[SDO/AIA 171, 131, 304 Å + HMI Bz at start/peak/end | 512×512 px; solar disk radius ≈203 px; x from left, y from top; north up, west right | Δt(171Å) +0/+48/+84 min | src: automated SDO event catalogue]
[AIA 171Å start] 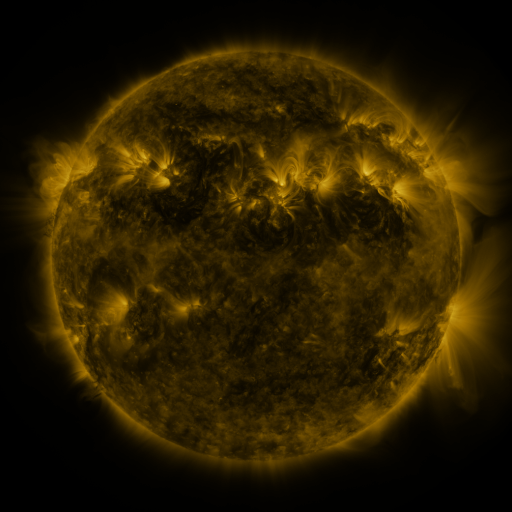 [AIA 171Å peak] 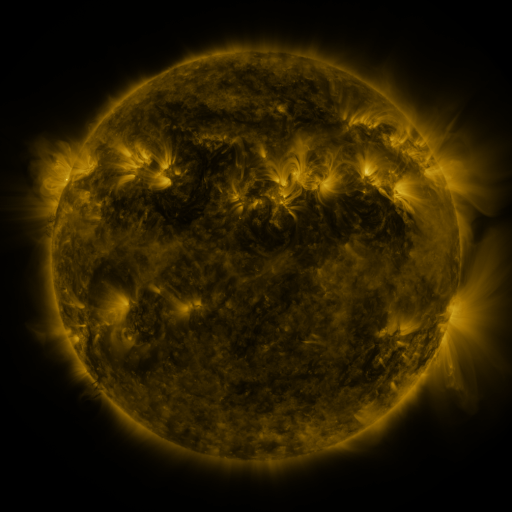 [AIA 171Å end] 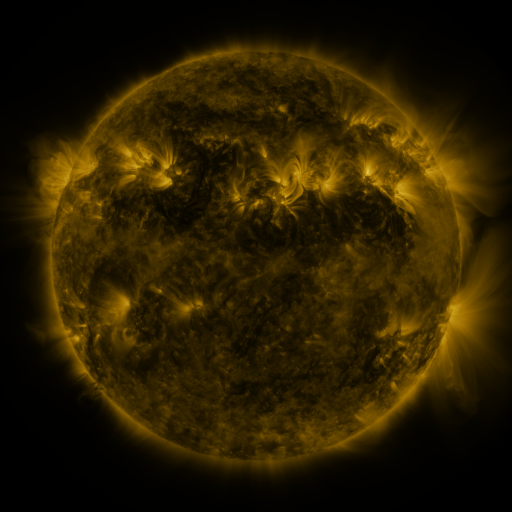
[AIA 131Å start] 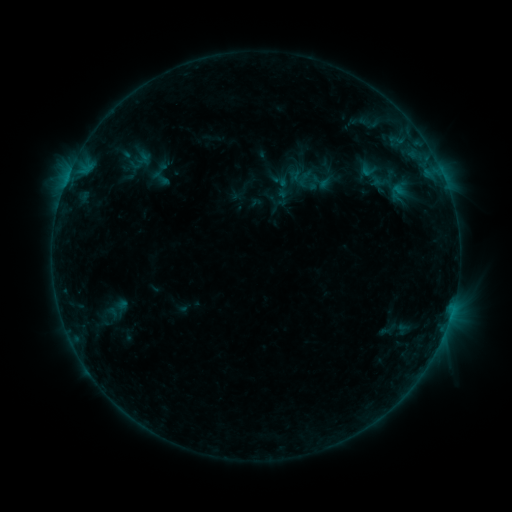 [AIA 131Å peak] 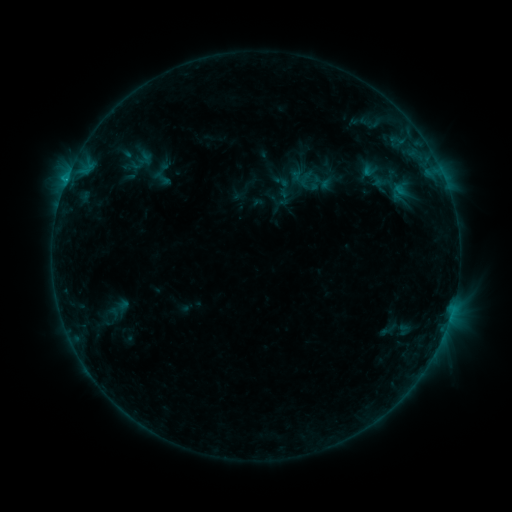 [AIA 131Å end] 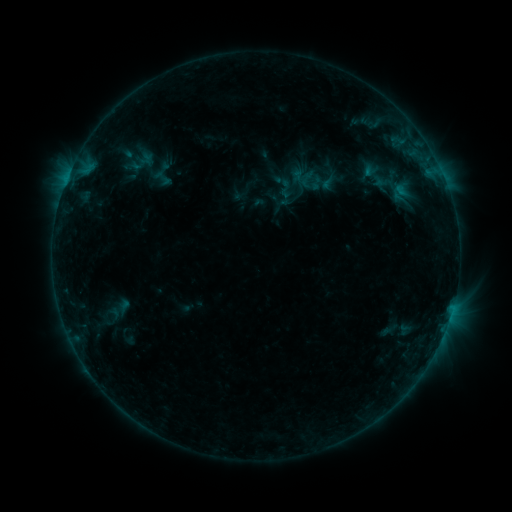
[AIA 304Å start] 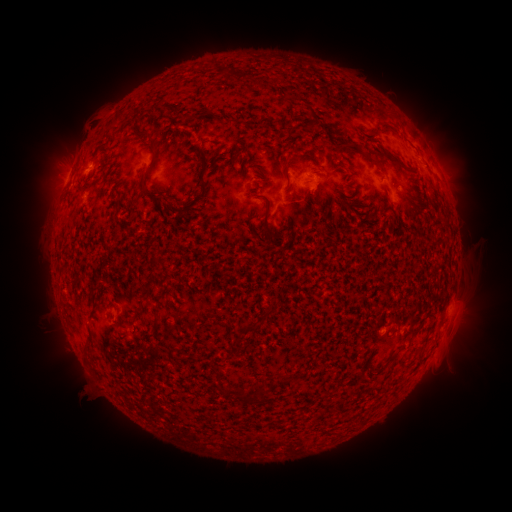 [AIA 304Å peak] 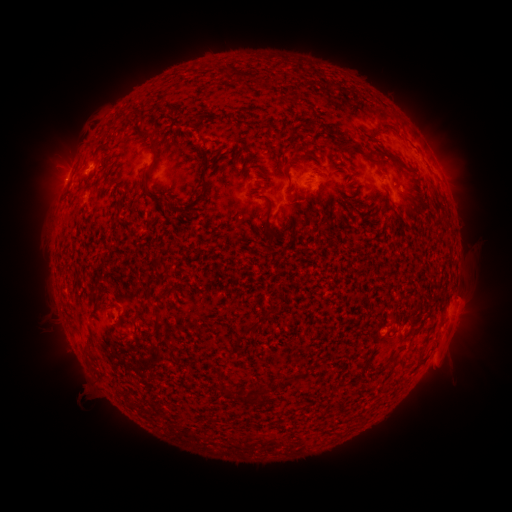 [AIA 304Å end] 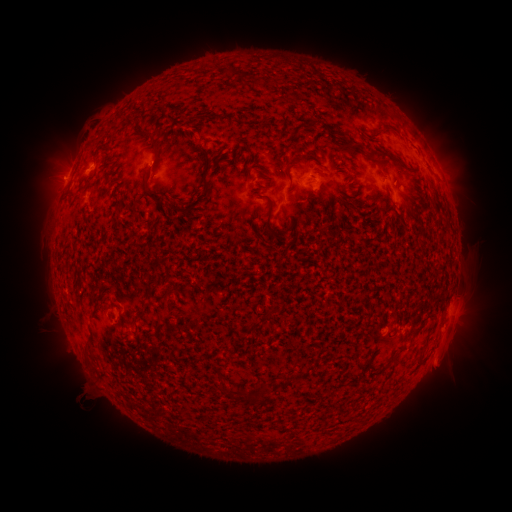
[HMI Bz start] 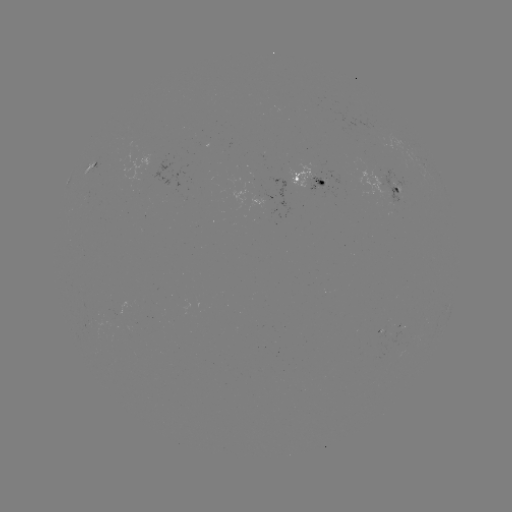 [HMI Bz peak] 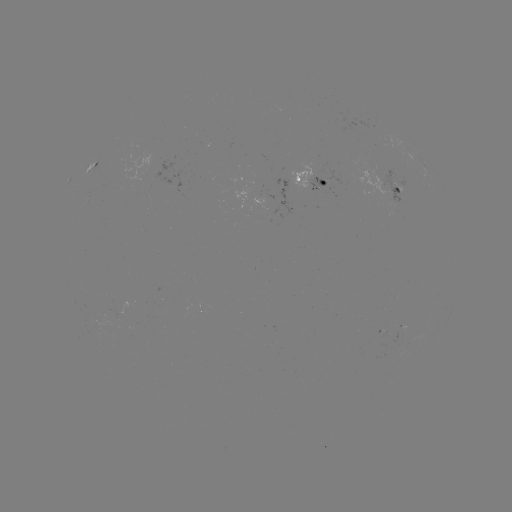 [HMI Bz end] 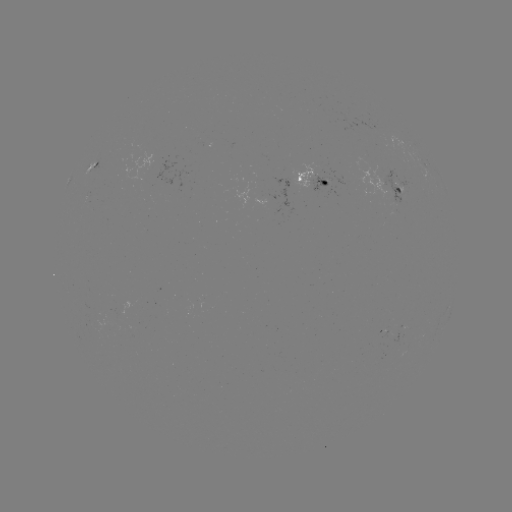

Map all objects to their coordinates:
emerging-flux region: (400, 332)
